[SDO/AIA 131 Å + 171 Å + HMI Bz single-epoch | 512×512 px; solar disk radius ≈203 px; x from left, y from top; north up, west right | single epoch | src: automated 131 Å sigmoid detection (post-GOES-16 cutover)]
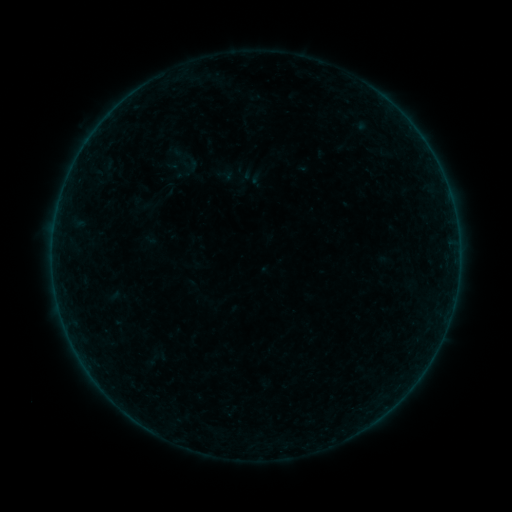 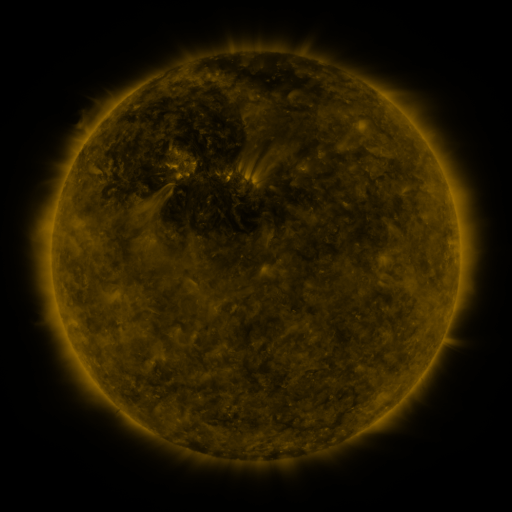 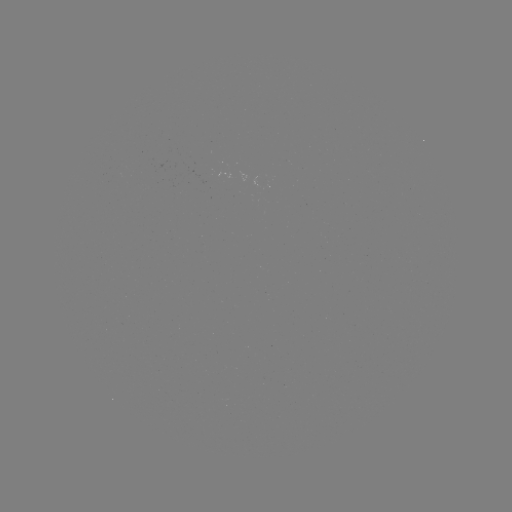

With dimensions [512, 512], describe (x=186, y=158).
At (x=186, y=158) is sigmoid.